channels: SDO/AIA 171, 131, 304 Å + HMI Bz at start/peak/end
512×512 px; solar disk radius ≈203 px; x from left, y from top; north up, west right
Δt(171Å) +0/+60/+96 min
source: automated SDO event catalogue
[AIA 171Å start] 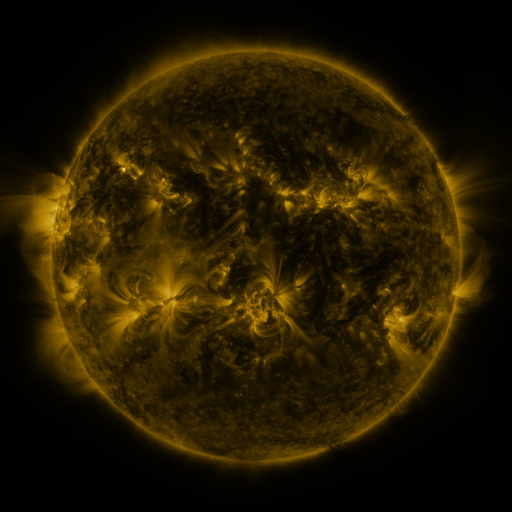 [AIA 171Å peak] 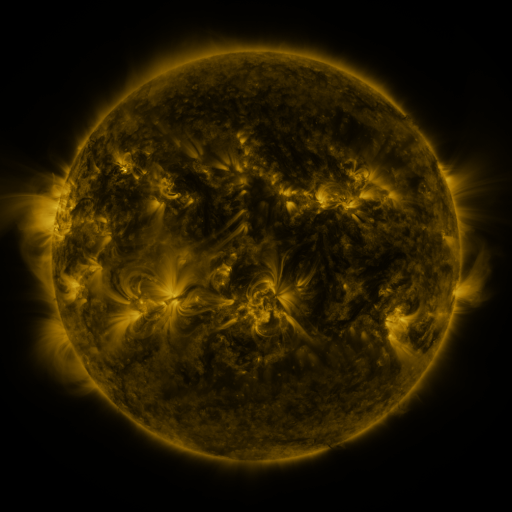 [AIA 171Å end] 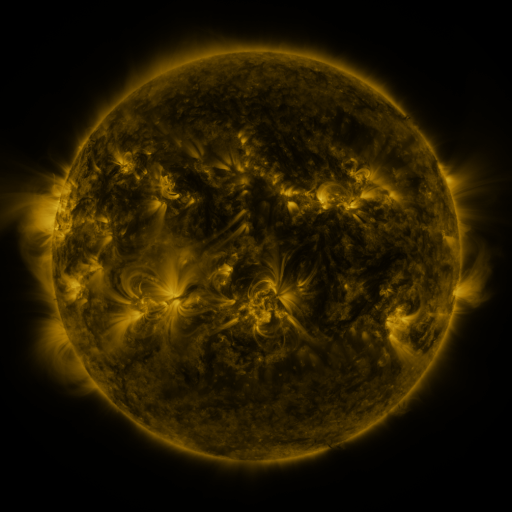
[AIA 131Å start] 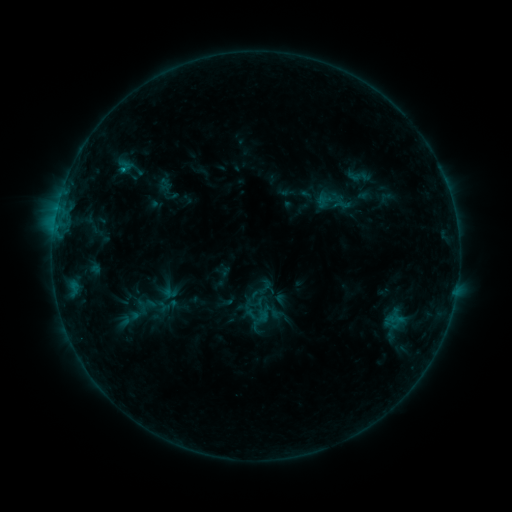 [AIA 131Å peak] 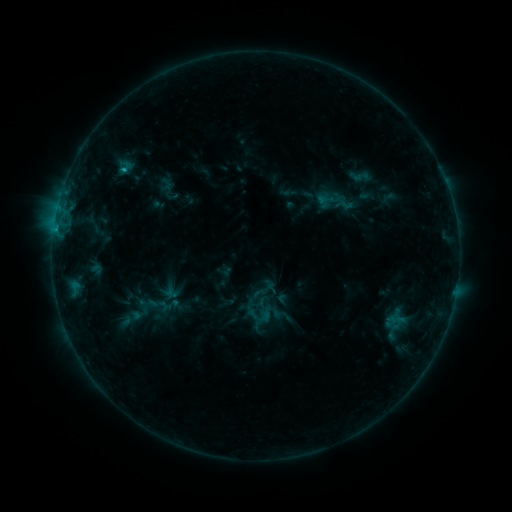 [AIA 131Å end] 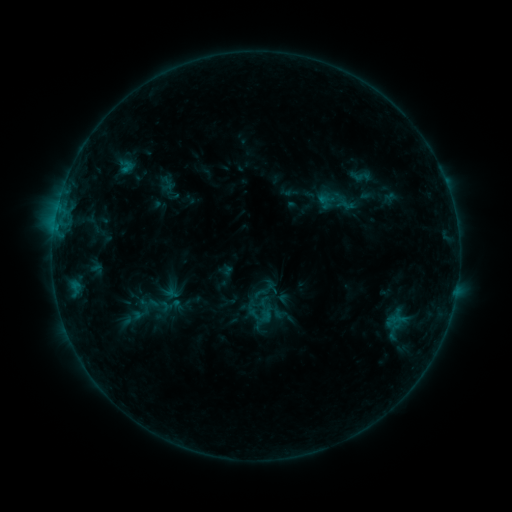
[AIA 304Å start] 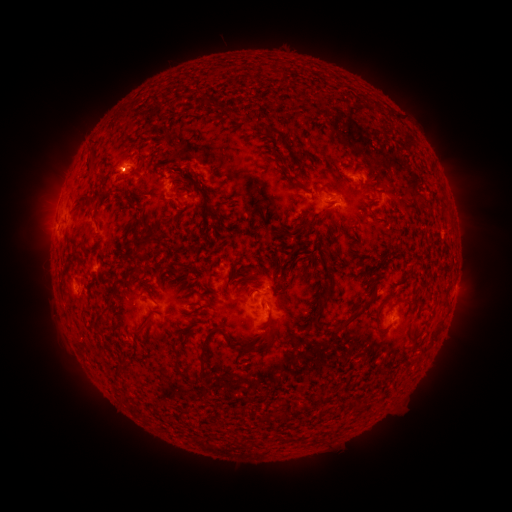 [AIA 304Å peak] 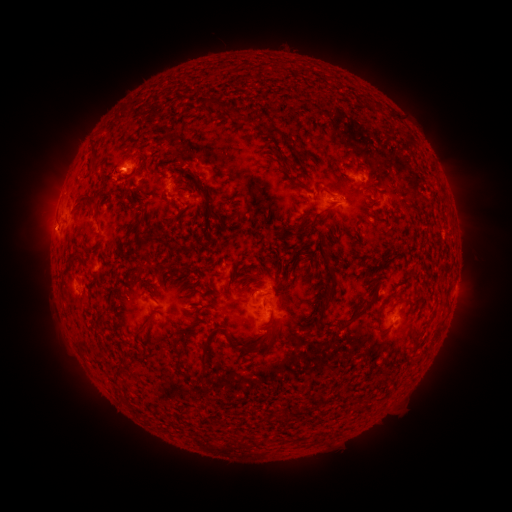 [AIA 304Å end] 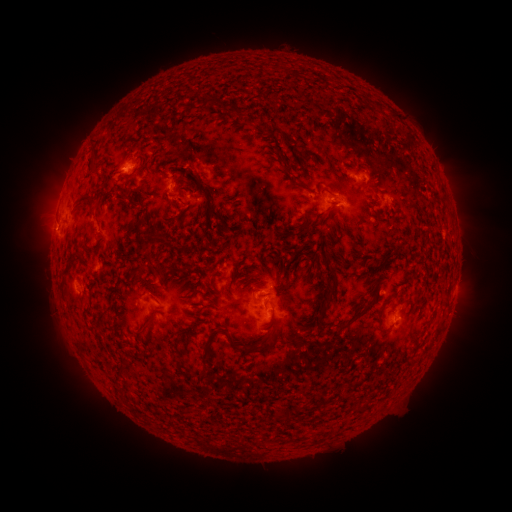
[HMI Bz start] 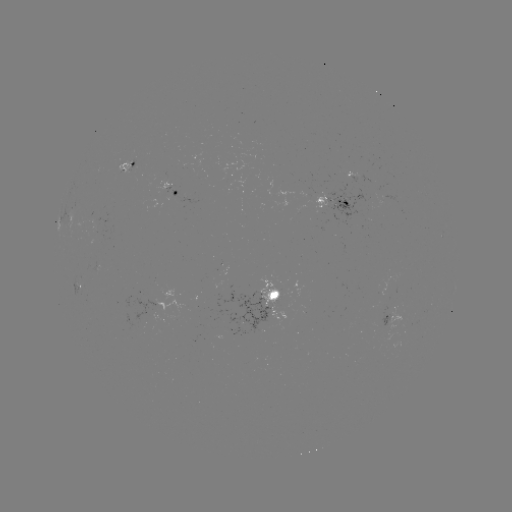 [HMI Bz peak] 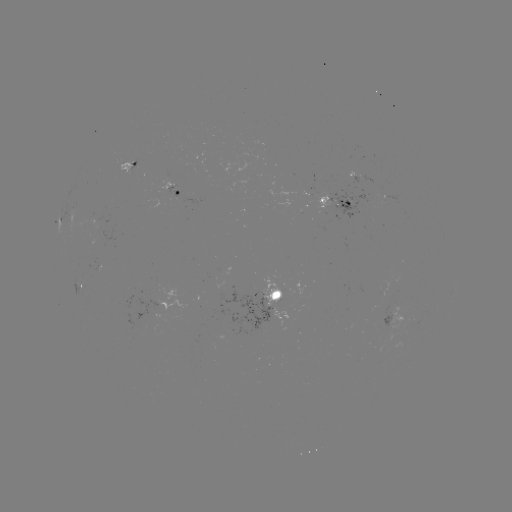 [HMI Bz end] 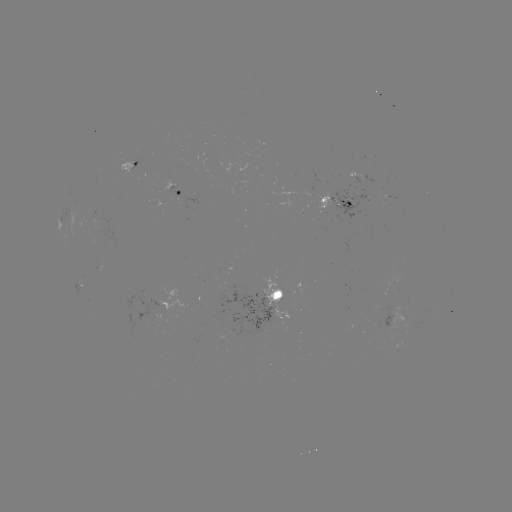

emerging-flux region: <bbox>118, 161, 133, 174</bbox>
